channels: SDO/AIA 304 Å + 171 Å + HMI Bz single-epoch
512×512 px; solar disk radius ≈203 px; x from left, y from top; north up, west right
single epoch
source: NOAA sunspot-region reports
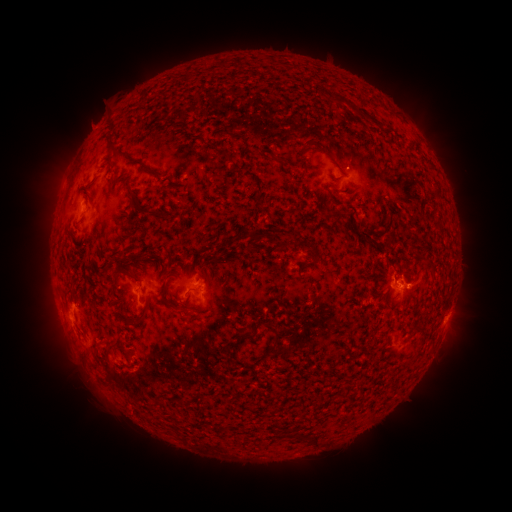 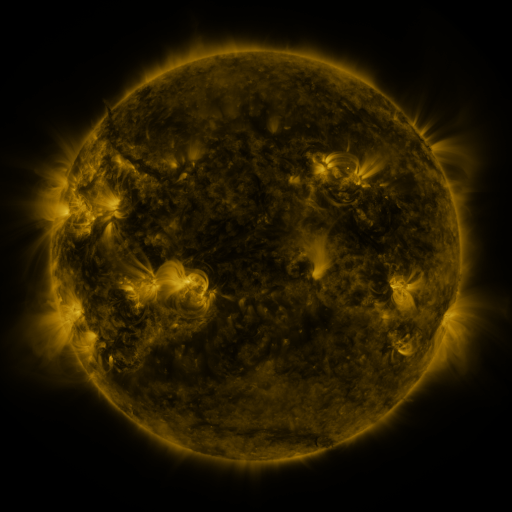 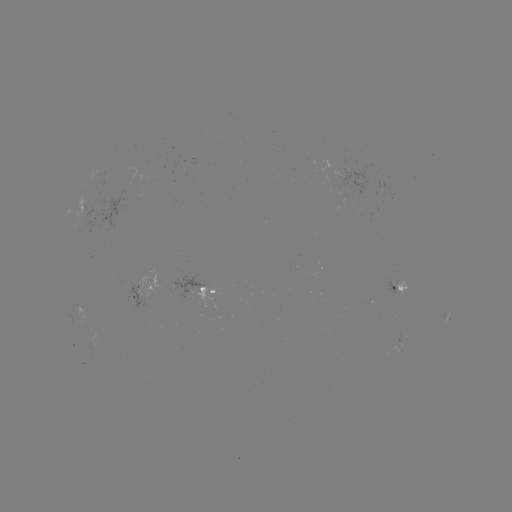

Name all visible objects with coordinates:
spotted active region: (100, 218)
spotted active region: (157, 283)
spotted active region: (398, 284)
spotted active region: (137, 288)
spotted active region: (198, 288)
spotted active region: (82, 303)
spotted active region: (445, 317)
